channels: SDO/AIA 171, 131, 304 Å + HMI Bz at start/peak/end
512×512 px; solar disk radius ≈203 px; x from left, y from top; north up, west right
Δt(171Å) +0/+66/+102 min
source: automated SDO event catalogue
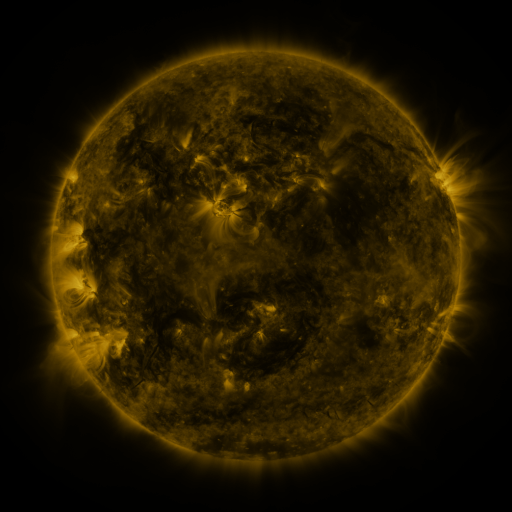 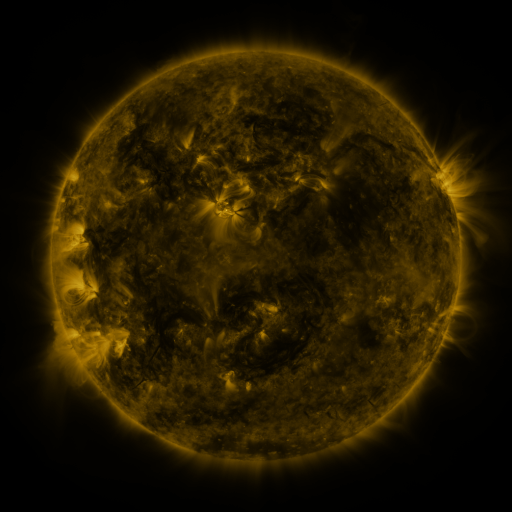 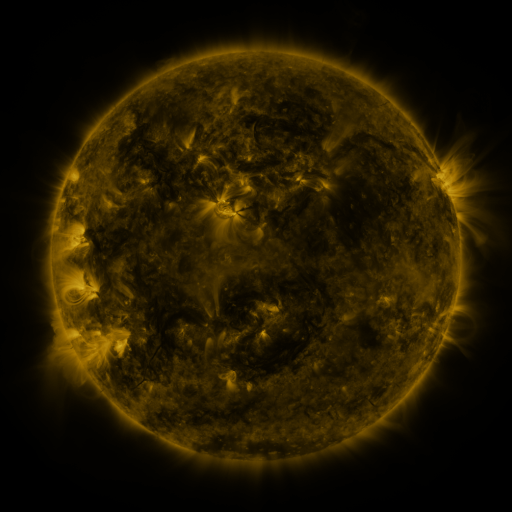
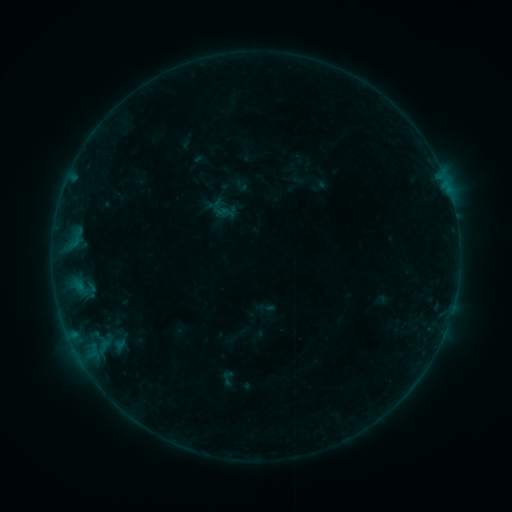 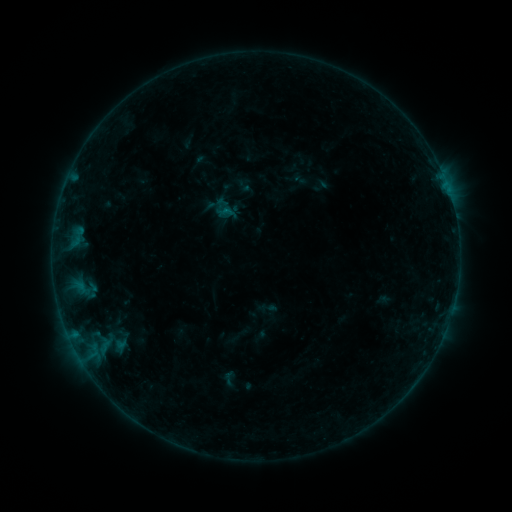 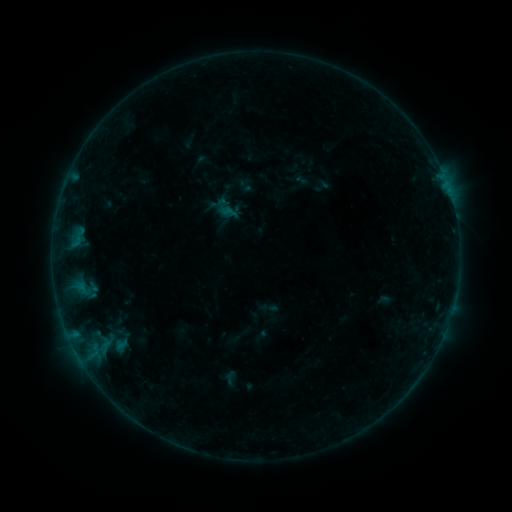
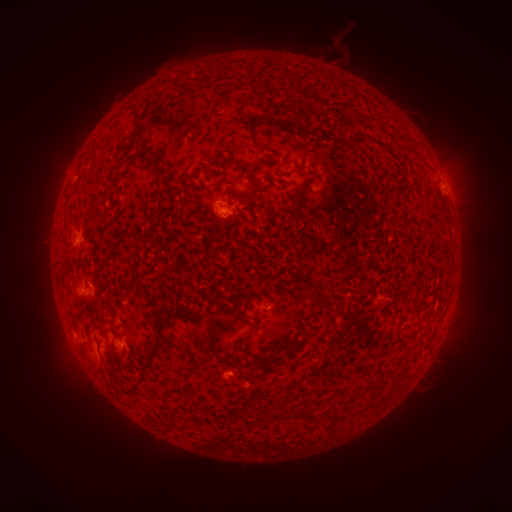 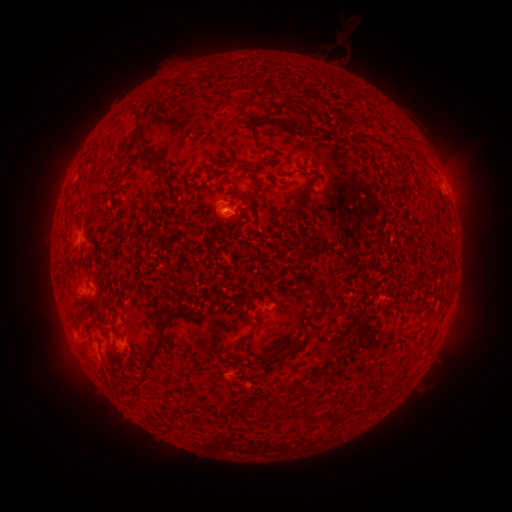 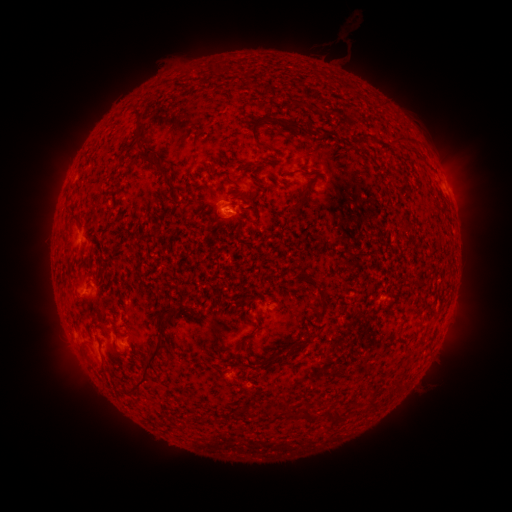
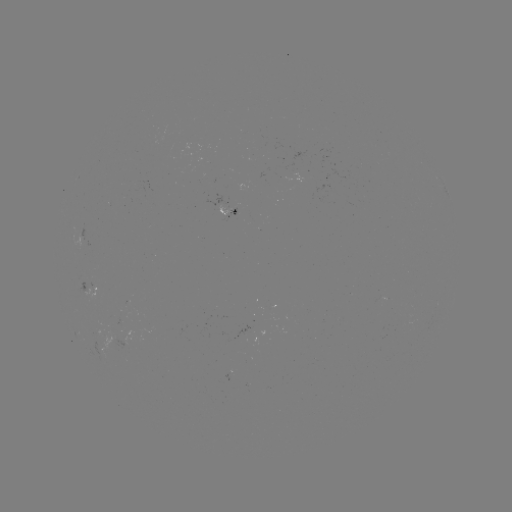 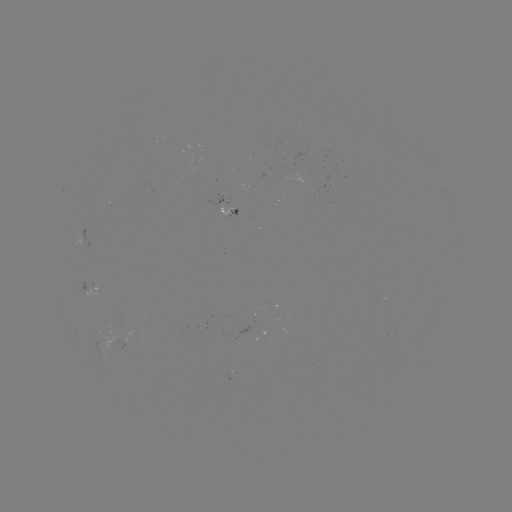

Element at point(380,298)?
emerging-flux region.